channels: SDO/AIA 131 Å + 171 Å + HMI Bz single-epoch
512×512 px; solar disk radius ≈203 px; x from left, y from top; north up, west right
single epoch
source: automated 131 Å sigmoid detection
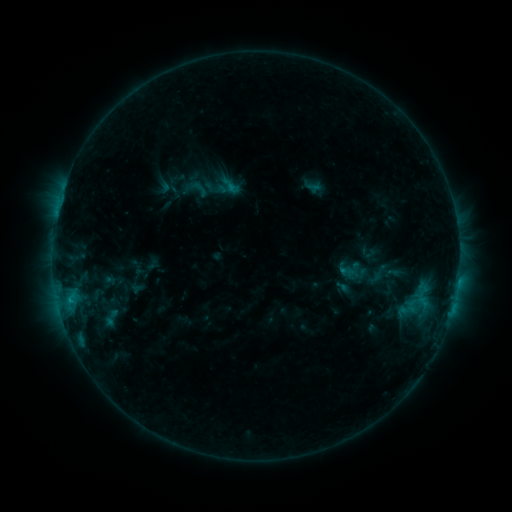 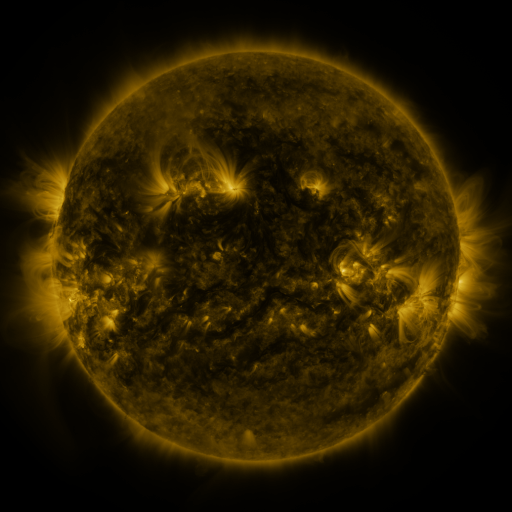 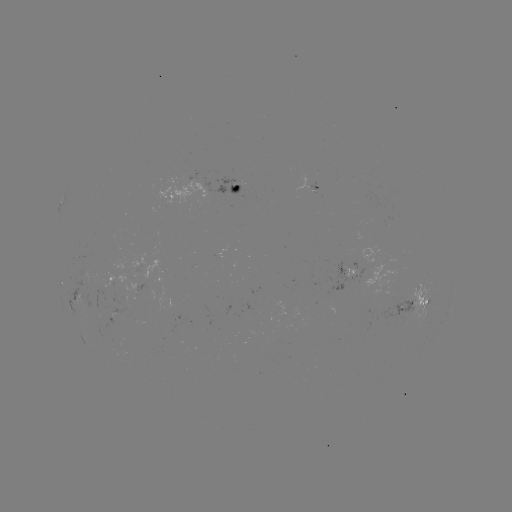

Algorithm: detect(sigmoid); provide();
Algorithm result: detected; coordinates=(110, 318)